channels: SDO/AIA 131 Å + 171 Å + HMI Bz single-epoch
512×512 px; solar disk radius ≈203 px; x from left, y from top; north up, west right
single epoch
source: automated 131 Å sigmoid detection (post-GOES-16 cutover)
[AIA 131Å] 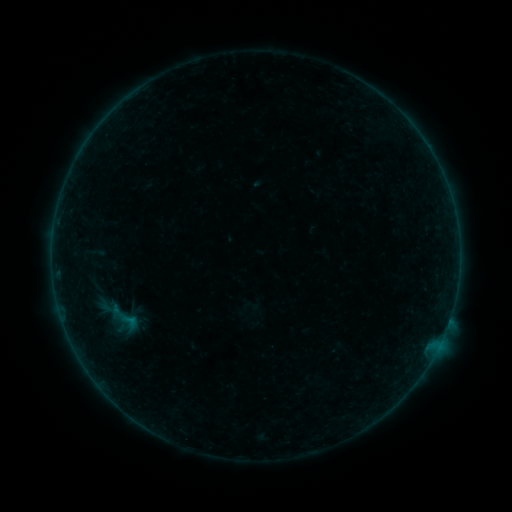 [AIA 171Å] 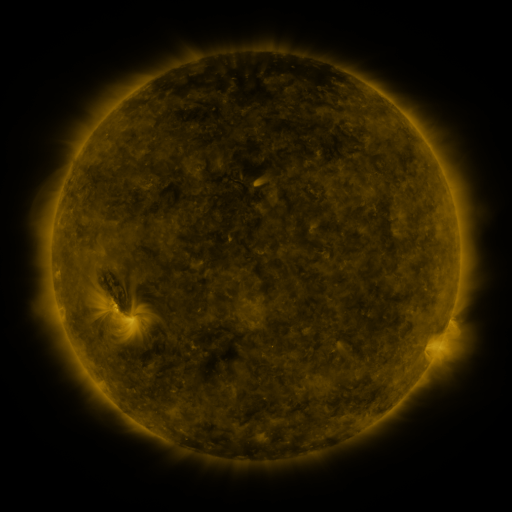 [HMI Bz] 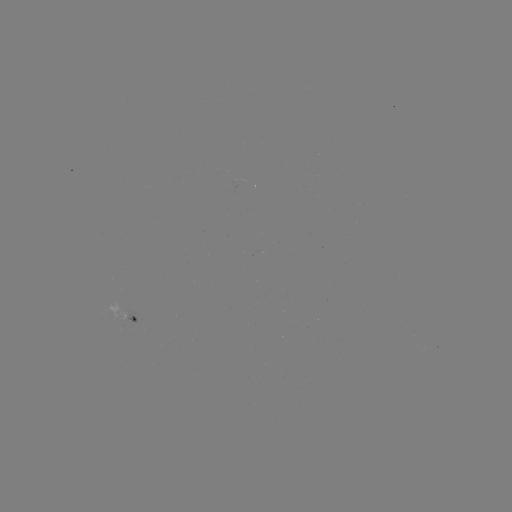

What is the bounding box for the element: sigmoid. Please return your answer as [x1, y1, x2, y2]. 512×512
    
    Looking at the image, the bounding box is [116, 309, 143, 333].